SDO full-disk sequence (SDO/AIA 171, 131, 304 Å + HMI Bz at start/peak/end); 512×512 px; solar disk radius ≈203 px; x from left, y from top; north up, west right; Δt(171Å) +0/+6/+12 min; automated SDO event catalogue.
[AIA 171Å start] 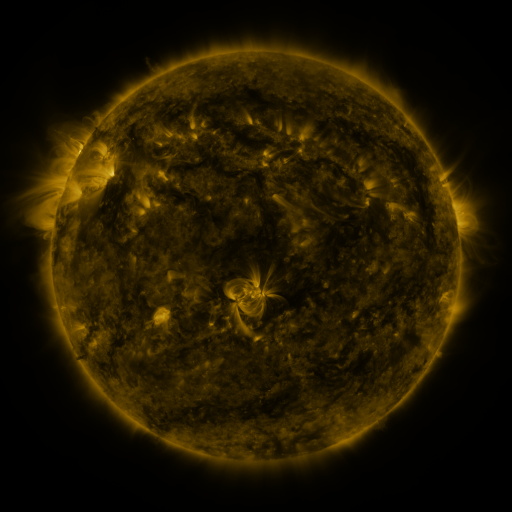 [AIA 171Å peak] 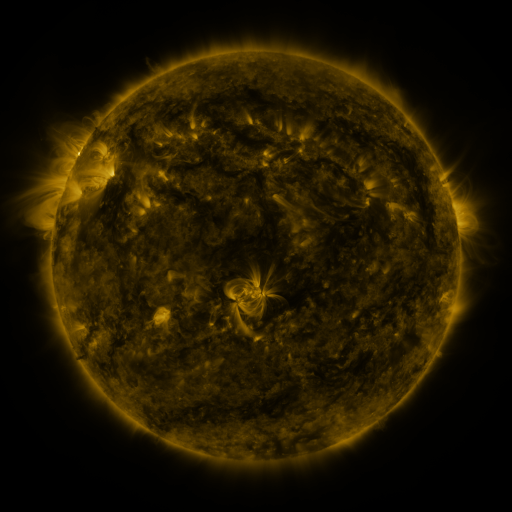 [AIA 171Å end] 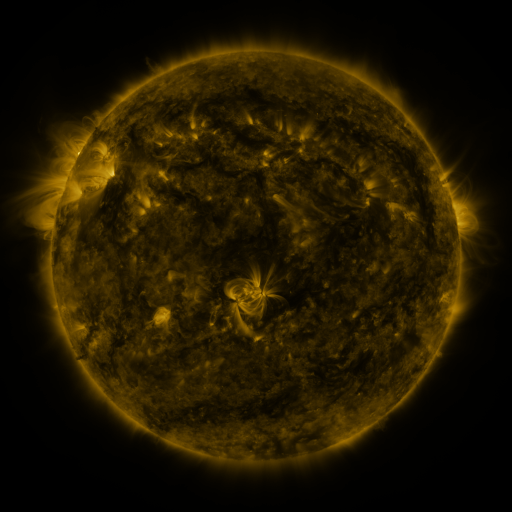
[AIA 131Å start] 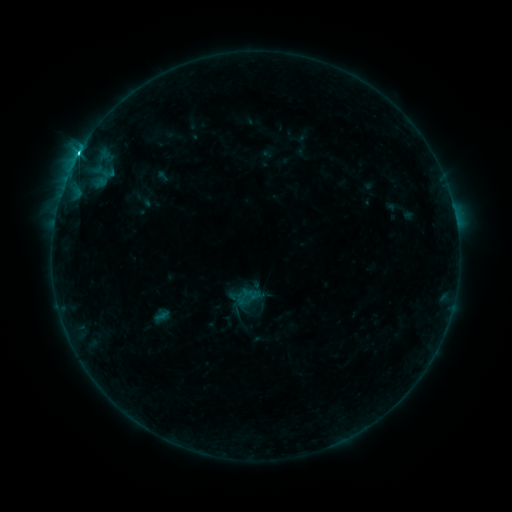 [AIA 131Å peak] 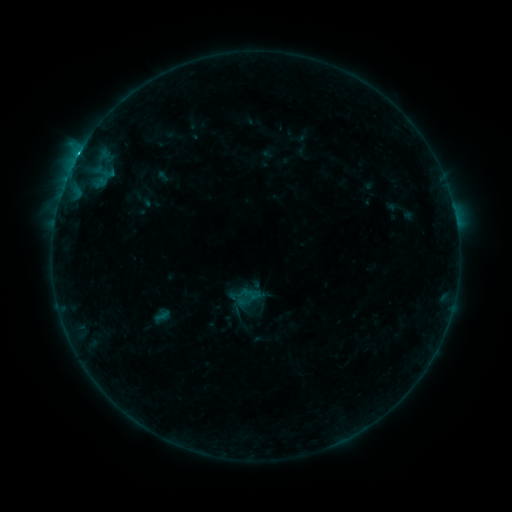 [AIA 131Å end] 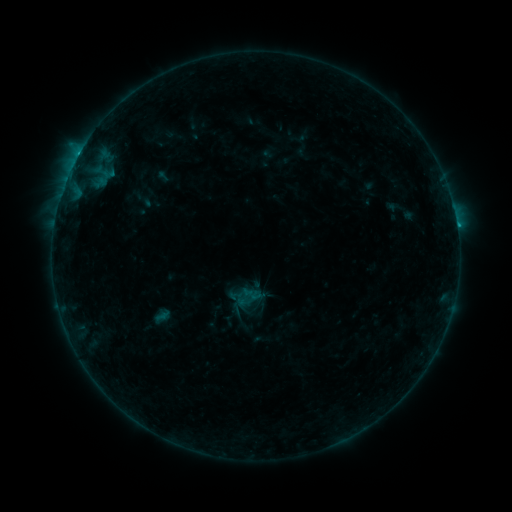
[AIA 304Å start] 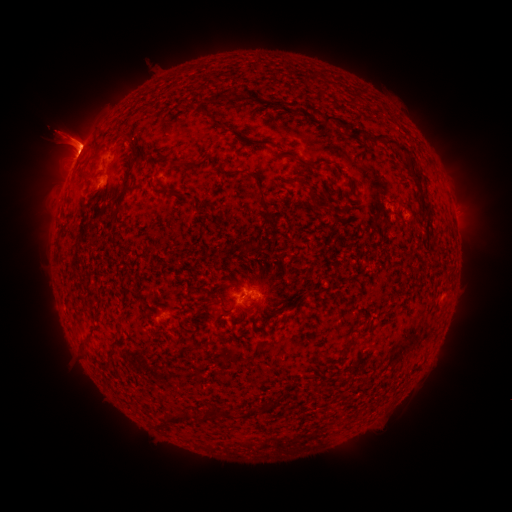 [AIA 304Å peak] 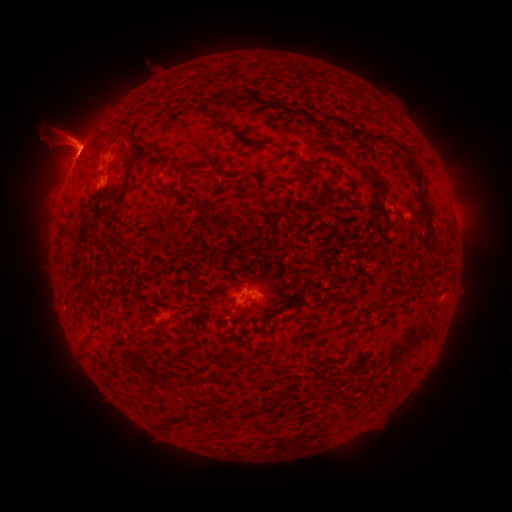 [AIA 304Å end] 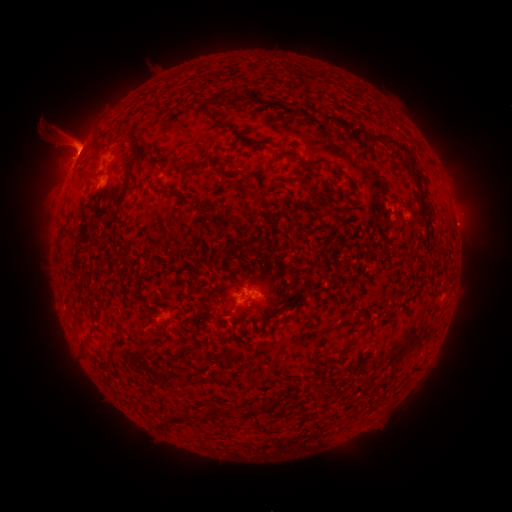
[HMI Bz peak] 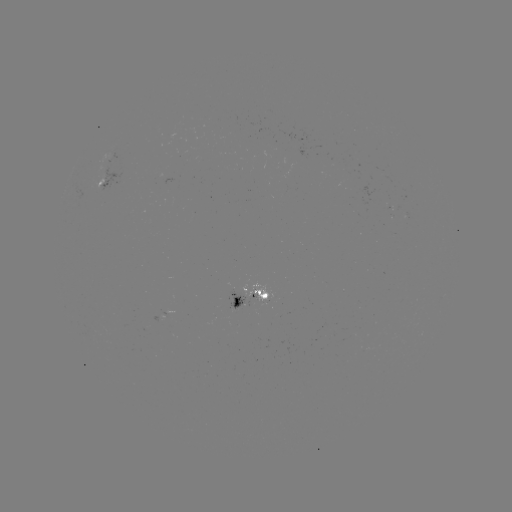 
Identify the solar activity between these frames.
eruption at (466, 226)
